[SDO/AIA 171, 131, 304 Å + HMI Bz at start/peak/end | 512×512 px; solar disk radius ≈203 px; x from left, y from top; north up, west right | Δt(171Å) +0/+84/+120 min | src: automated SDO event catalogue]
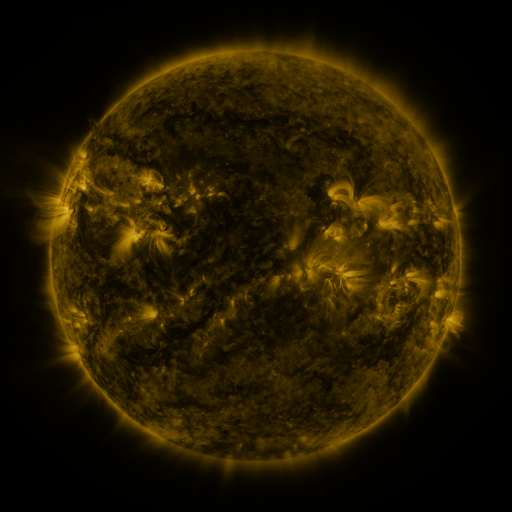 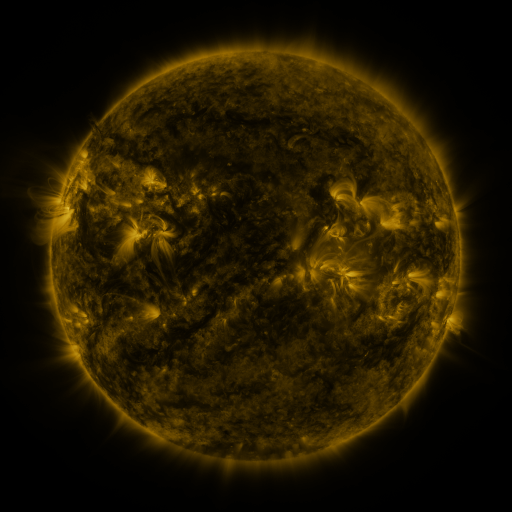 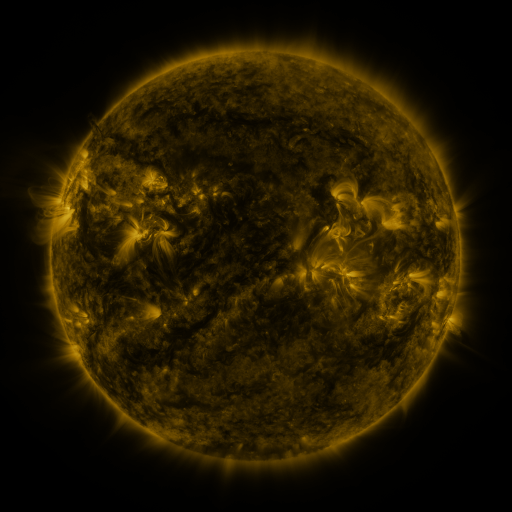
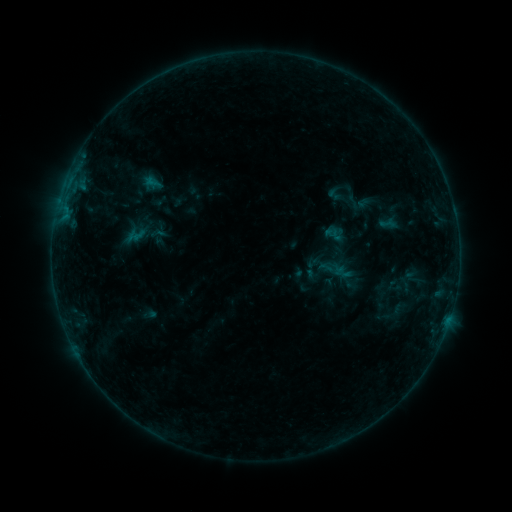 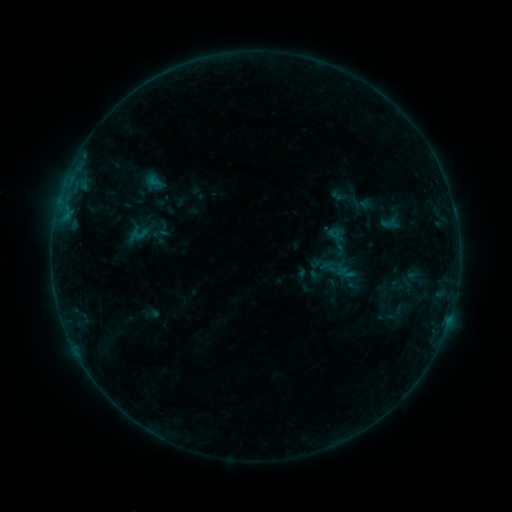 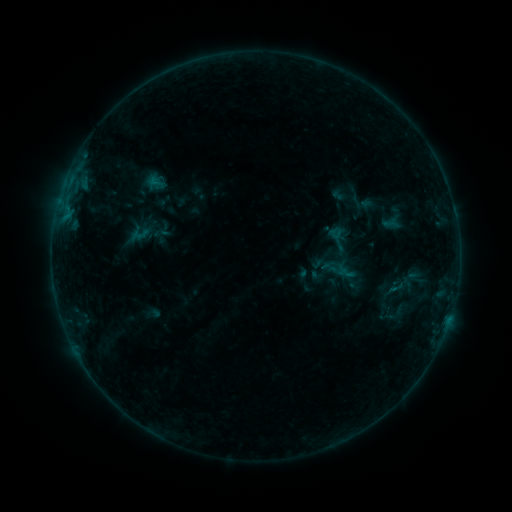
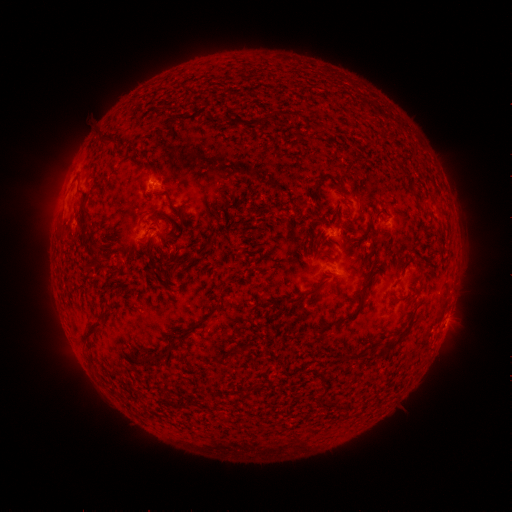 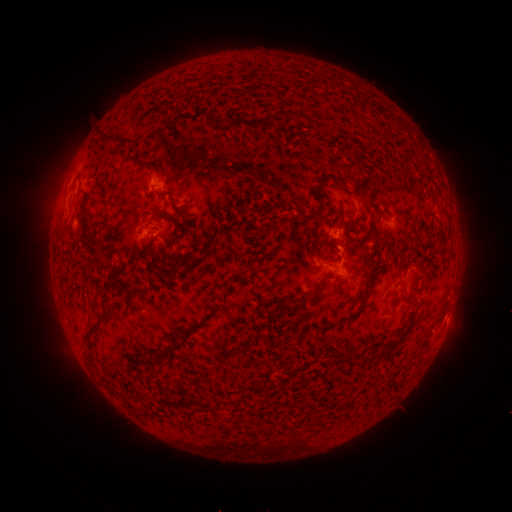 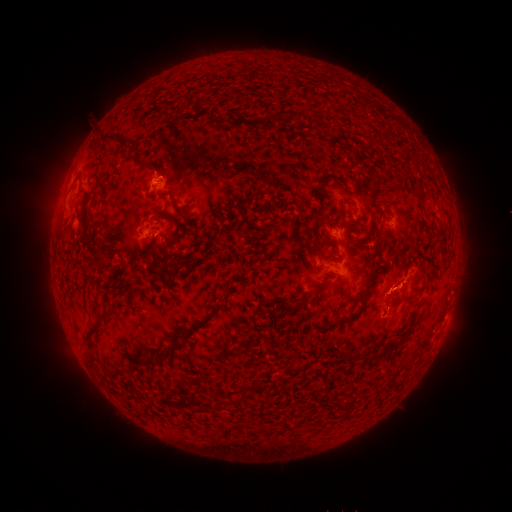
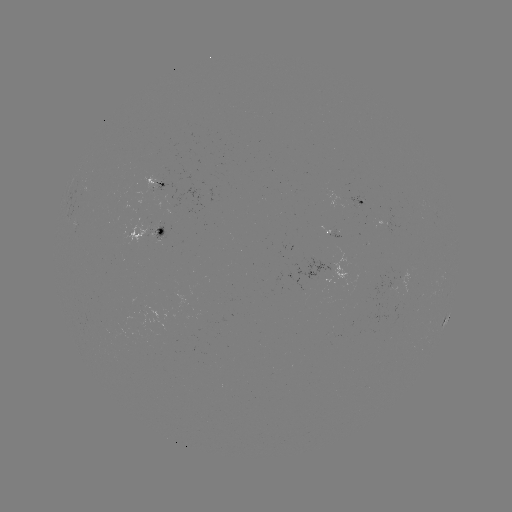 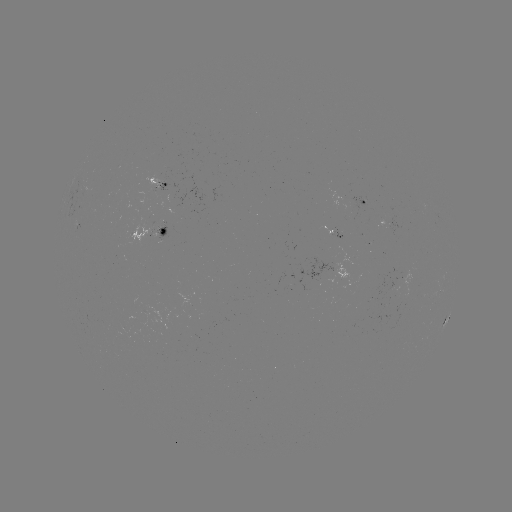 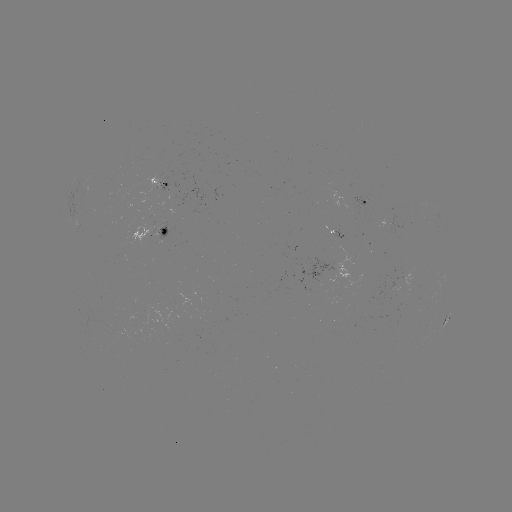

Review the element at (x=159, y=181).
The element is emerging-flux region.